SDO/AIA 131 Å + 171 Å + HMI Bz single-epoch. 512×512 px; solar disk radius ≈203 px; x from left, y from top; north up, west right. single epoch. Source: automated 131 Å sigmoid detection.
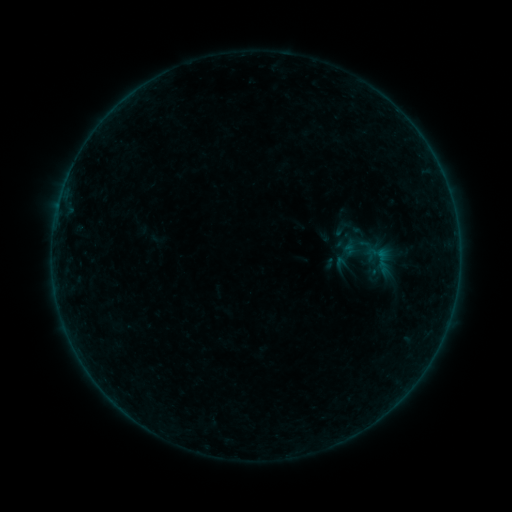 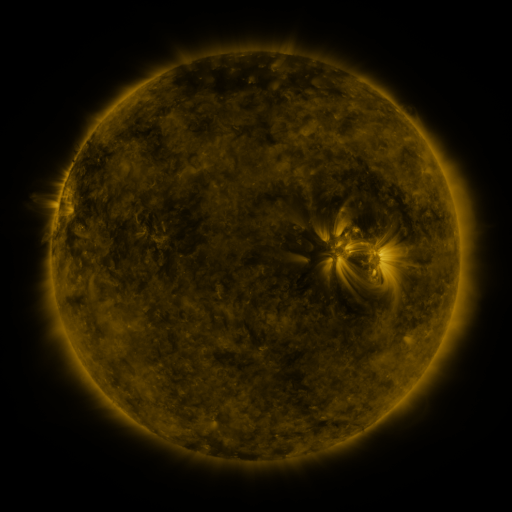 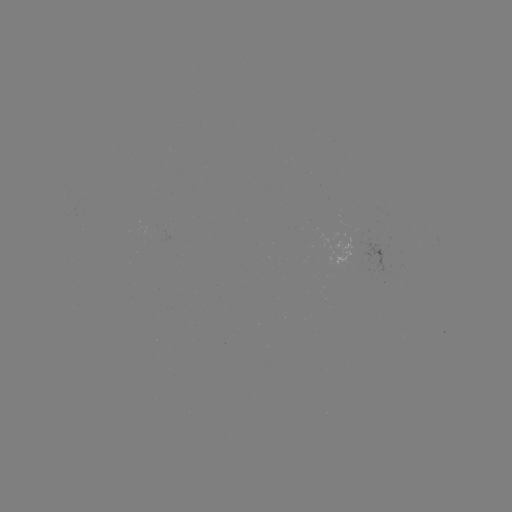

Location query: sigmoid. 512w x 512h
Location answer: (343, 228).